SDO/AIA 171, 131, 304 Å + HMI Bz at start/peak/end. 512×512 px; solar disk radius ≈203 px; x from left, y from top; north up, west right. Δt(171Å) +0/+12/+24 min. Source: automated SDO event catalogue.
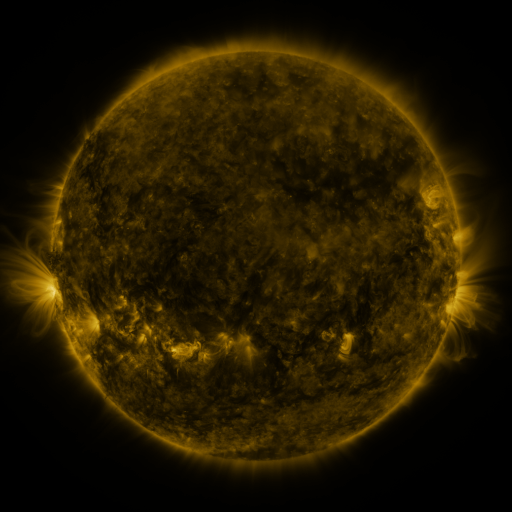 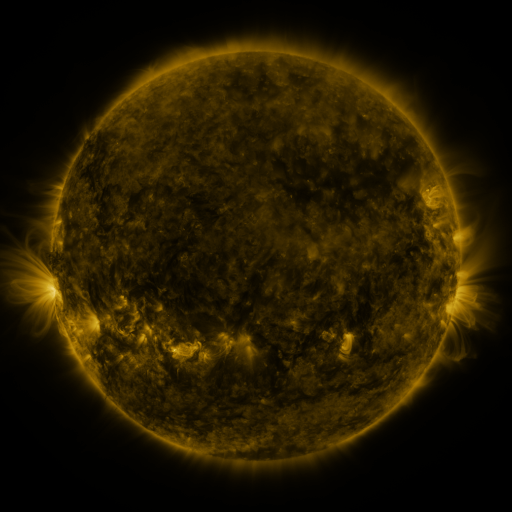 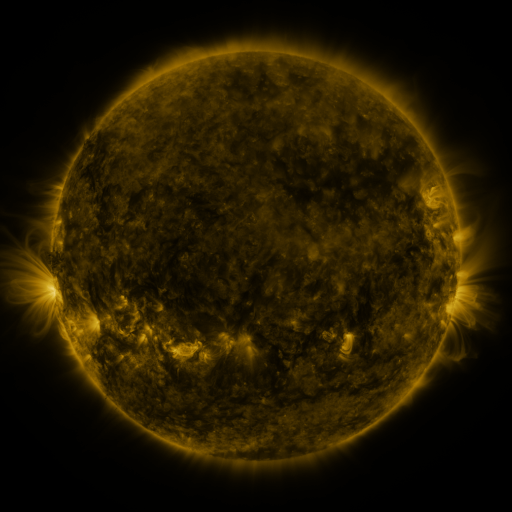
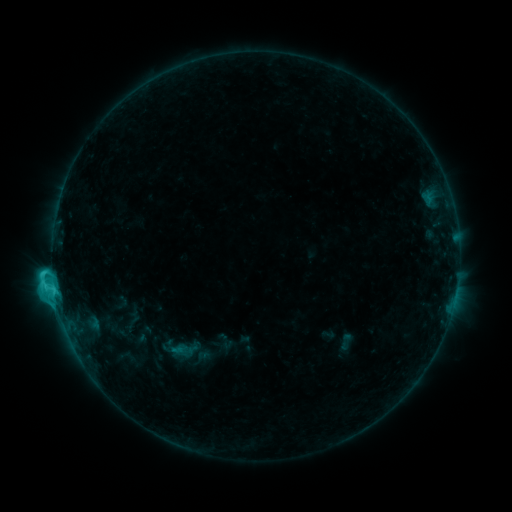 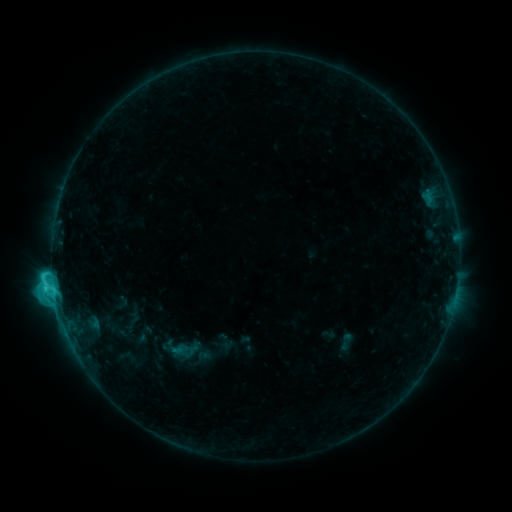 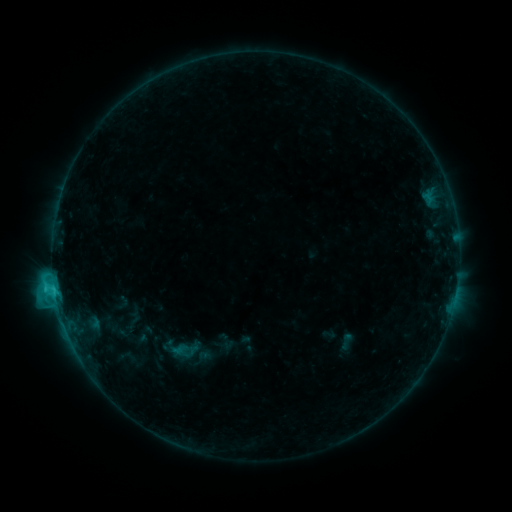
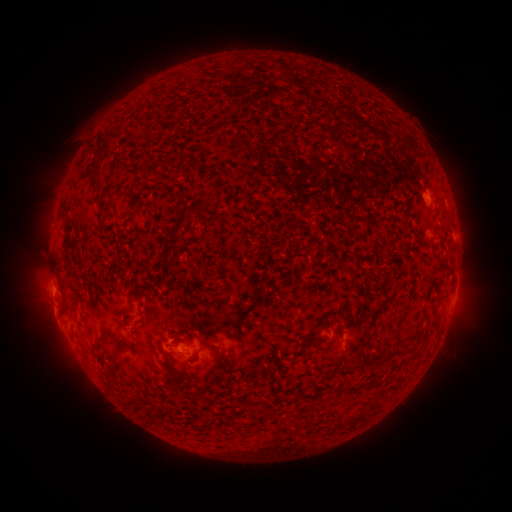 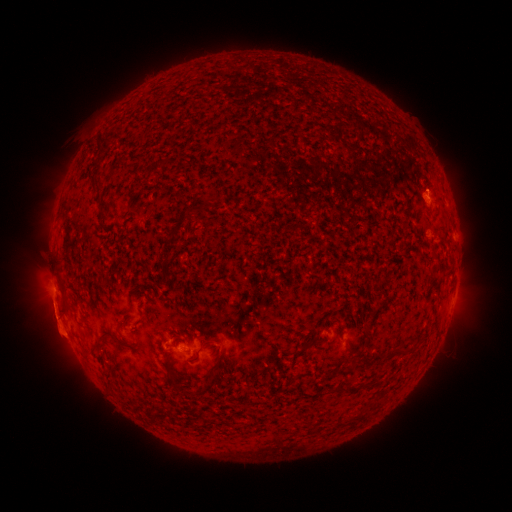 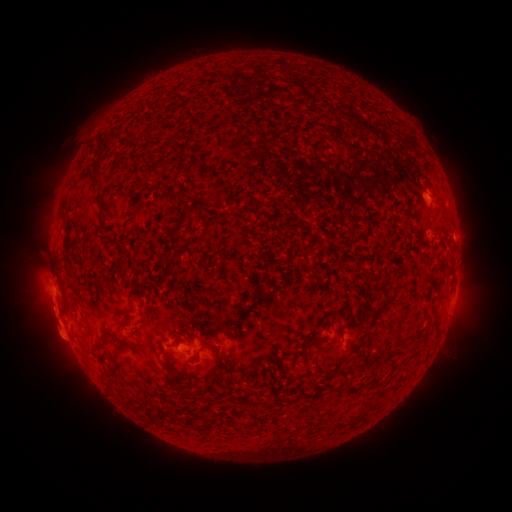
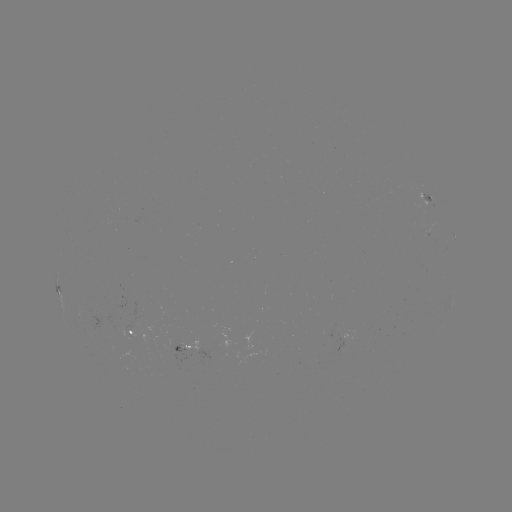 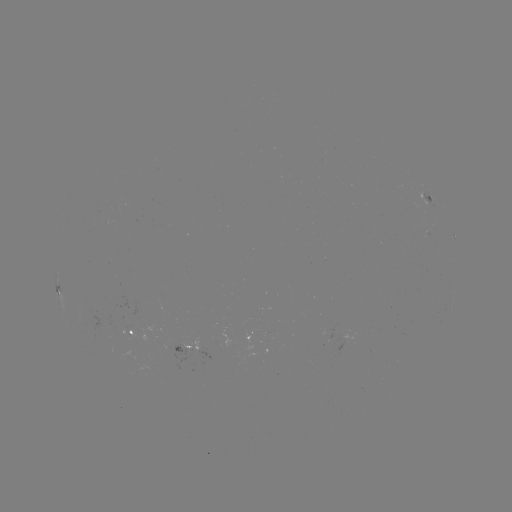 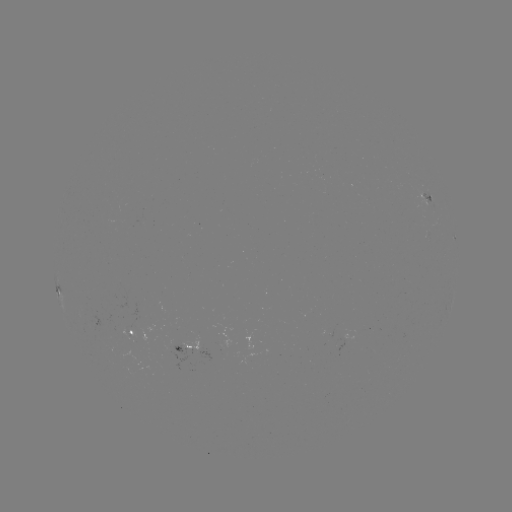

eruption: (26, 284, 82, 349)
